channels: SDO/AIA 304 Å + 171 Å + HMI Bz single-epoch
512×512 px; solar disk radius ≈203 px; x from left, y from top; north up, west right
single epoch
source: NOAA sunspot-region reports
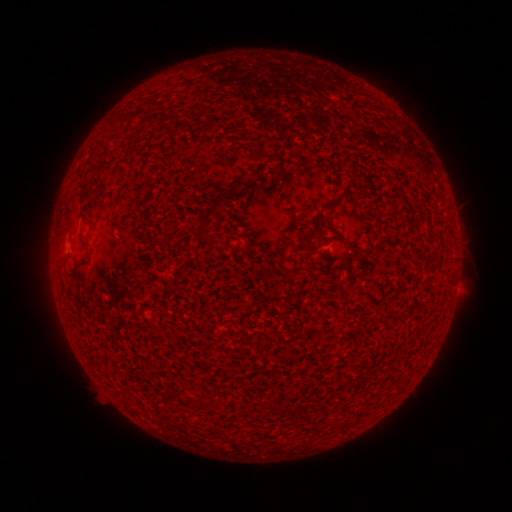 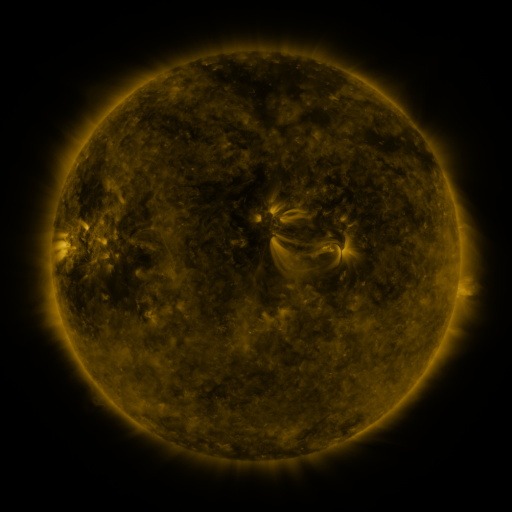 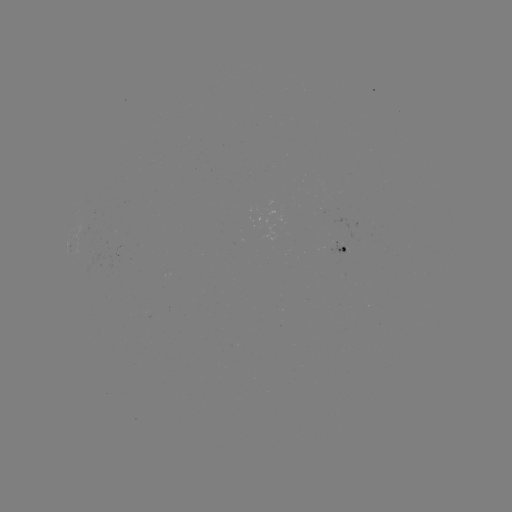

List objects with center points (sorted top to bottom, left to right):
spotted active region: (347, 250)
